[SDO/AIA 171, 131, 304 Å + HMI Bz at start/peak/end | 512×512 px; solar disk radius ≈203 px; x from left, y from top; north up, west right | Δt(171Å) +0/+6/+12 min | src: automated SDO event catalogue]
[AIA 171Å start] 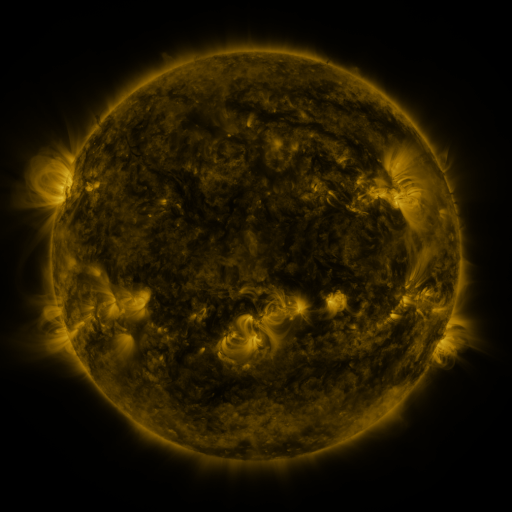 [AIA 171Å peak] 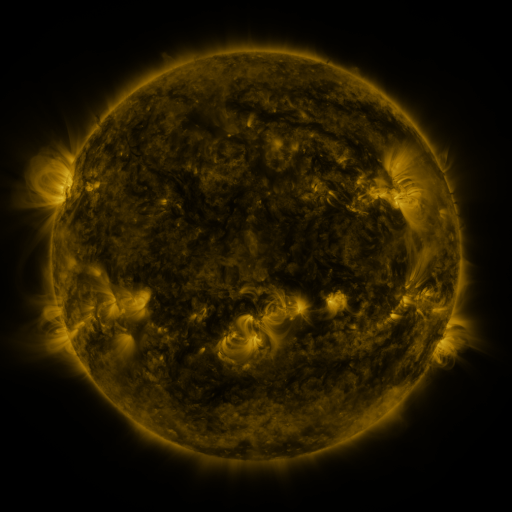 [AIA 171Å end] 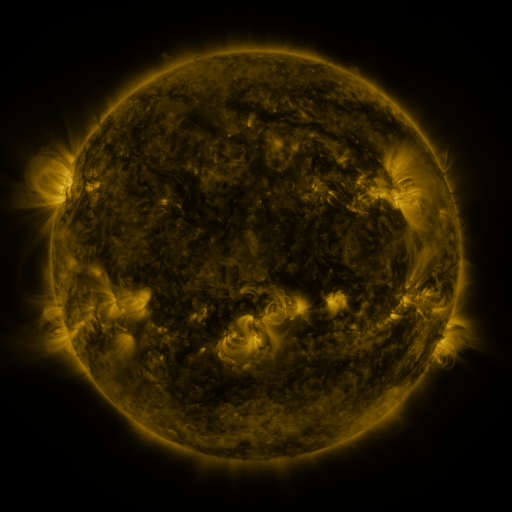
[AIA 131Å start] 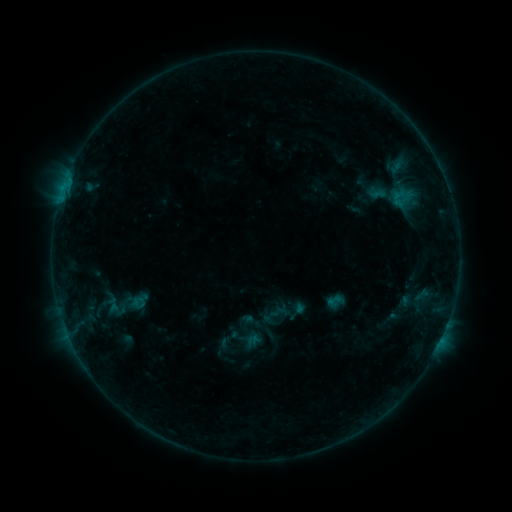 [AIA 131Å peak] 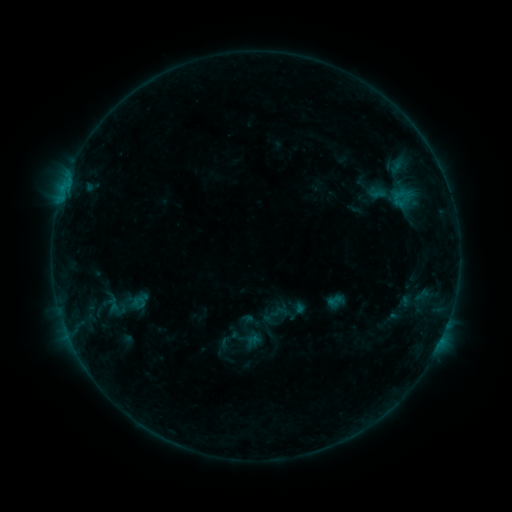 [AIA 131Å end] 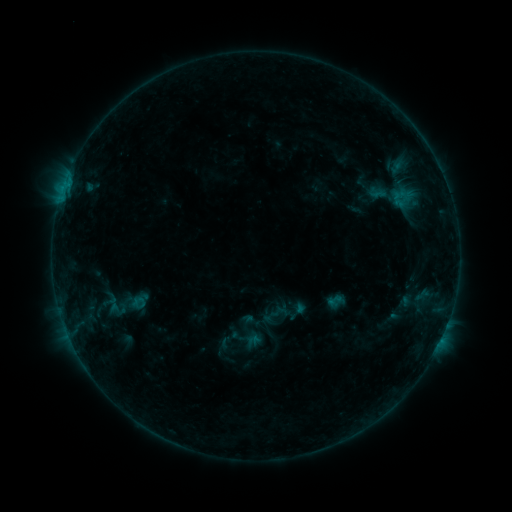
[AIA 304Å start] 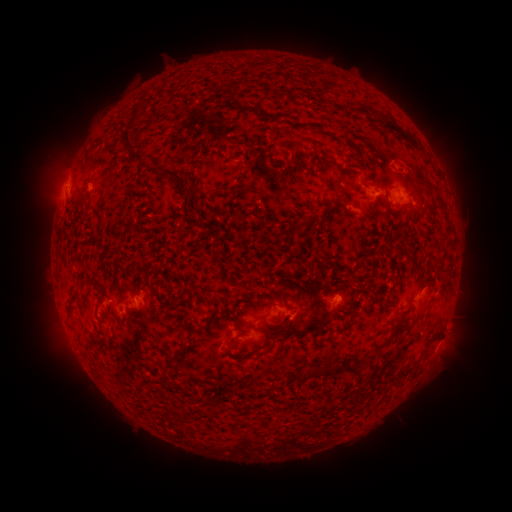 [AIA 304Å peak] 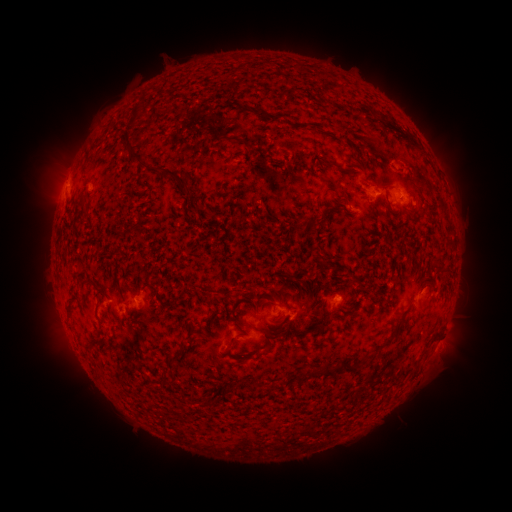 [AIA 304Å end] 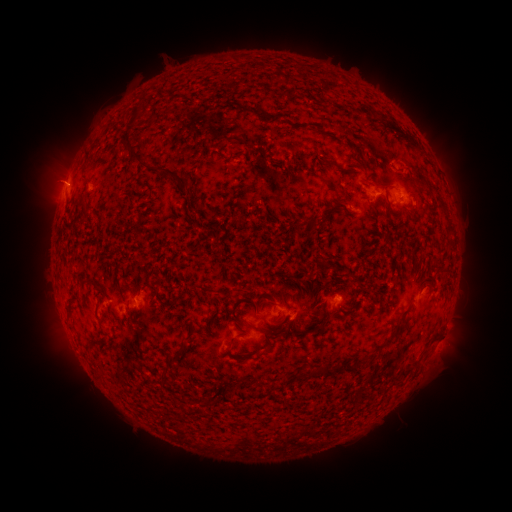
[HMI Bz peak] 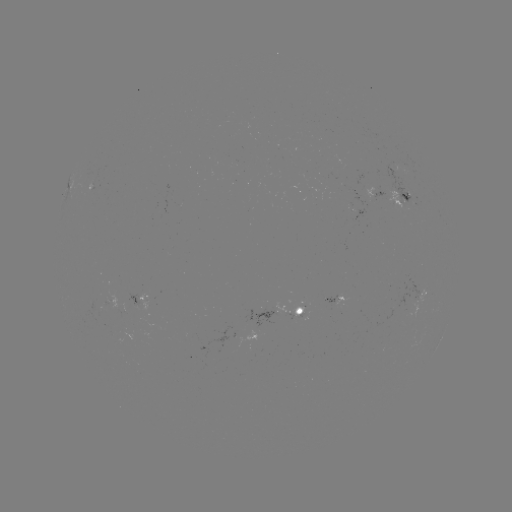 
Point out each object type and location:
B4.1 flare: (66, 186)
